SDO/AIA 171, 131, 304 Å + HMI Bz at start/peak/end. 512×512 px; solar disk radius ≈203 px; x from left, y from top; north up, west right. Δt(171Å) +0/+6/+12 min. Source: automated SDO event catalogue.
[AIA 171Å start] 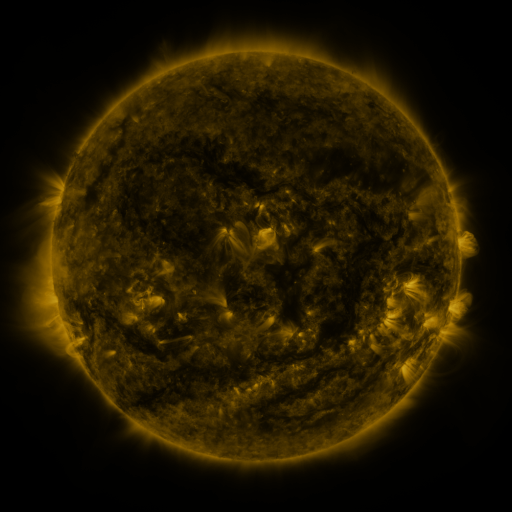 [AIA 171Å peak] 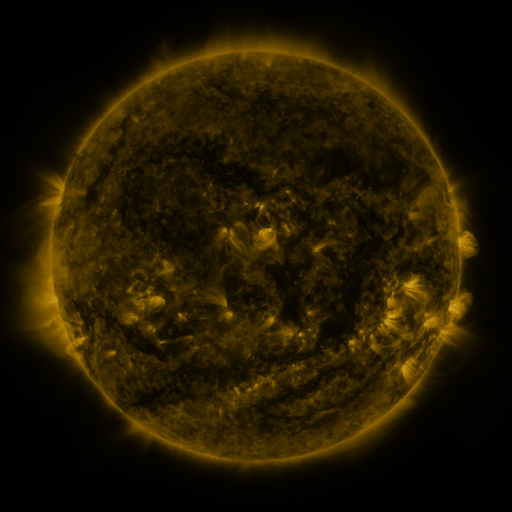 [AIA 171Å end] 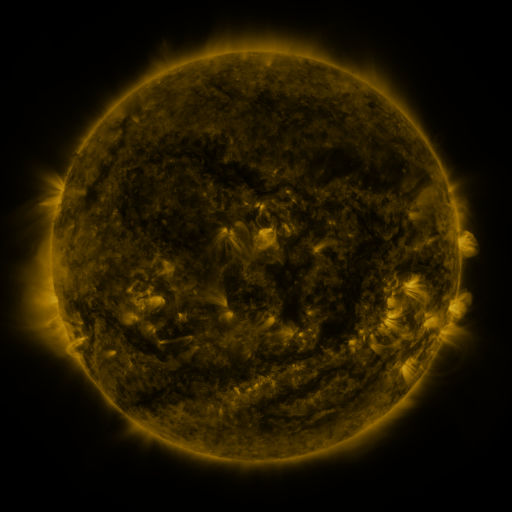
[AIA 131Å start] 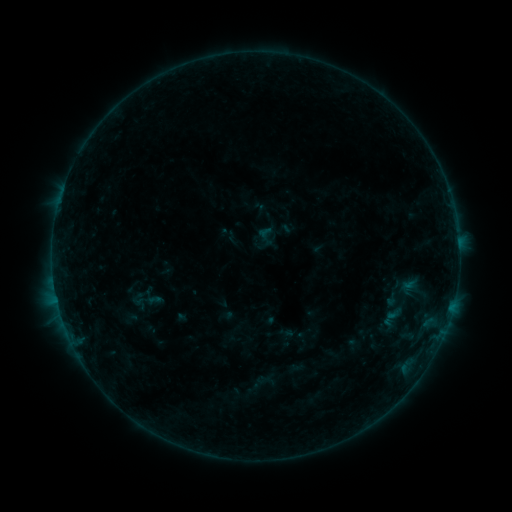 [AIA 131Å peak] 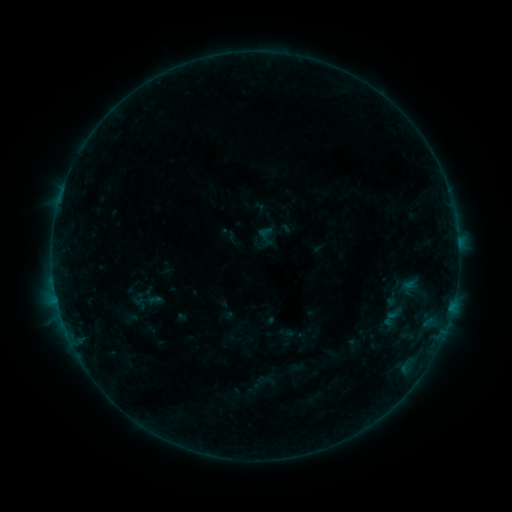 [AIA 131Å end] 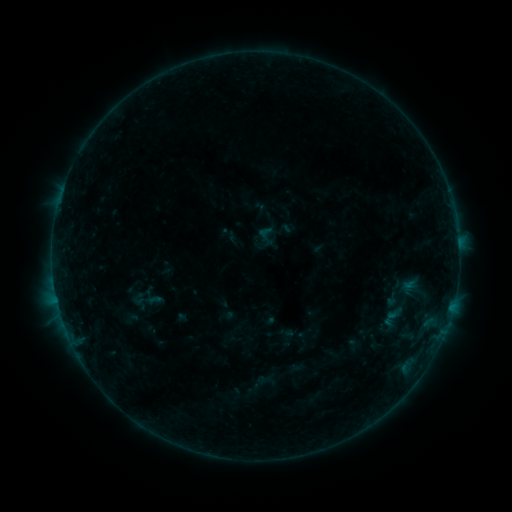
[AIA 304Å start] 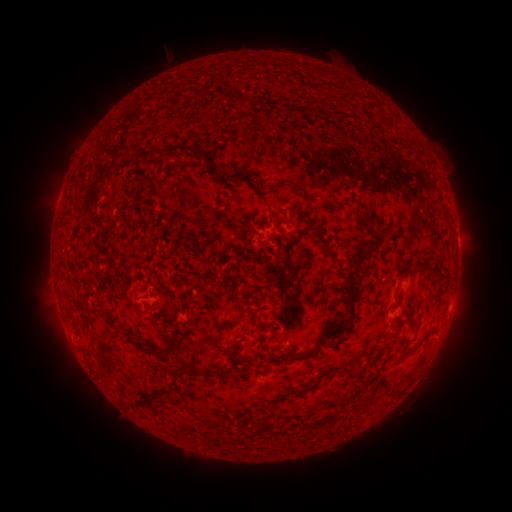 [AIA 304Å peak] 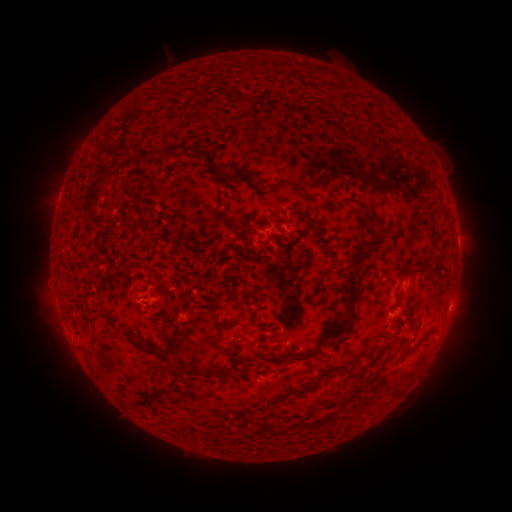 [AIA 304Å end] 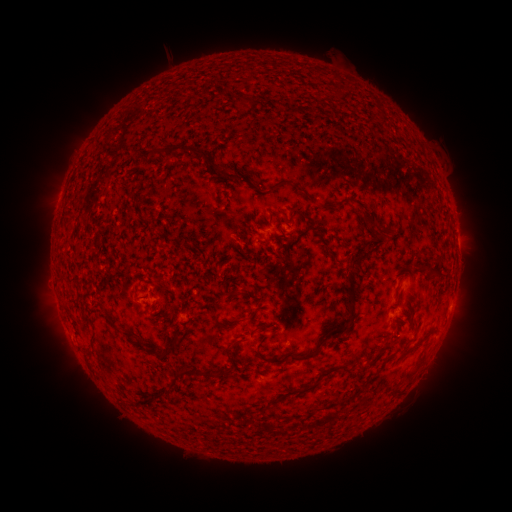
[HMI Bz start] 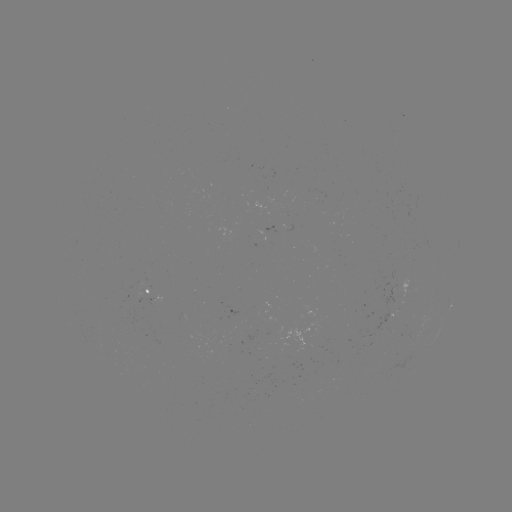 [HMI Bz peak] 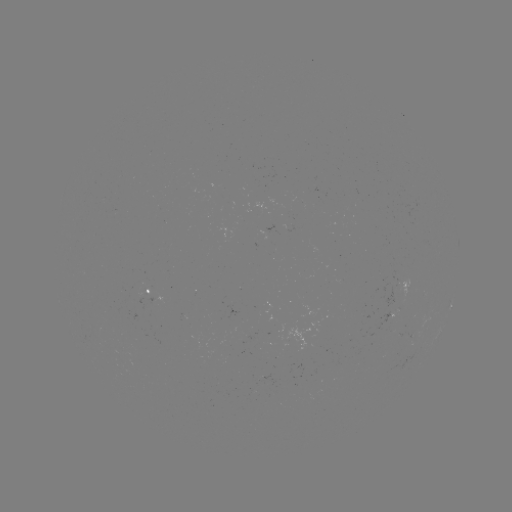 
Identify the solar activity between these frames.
nothing was catalogued: no classed flare, no EUV trigger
